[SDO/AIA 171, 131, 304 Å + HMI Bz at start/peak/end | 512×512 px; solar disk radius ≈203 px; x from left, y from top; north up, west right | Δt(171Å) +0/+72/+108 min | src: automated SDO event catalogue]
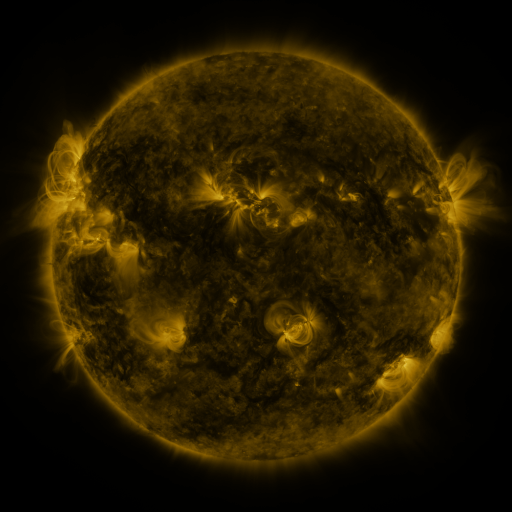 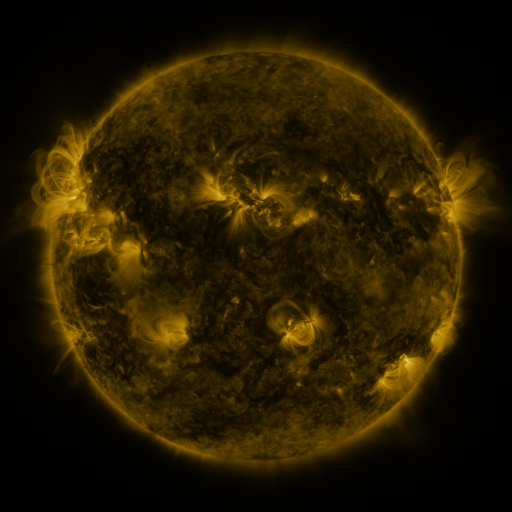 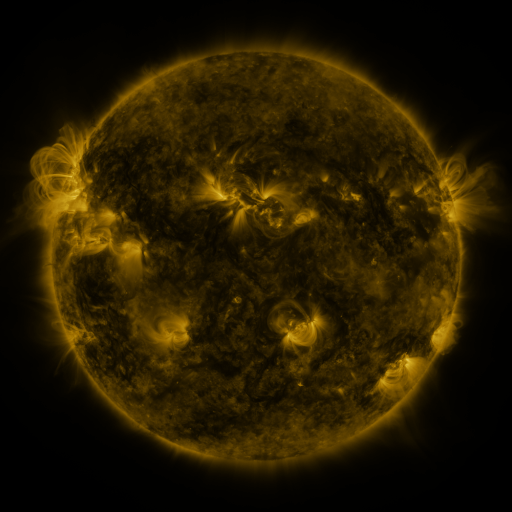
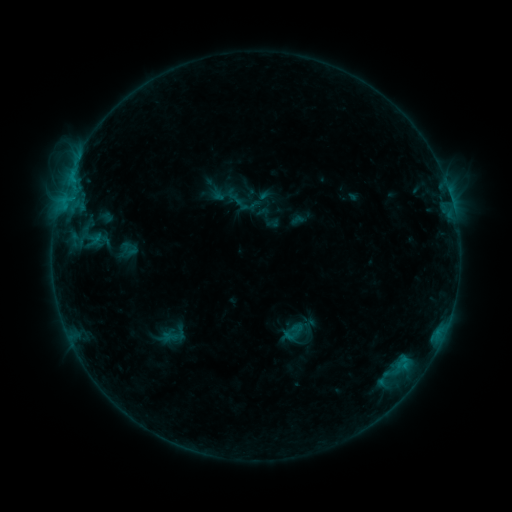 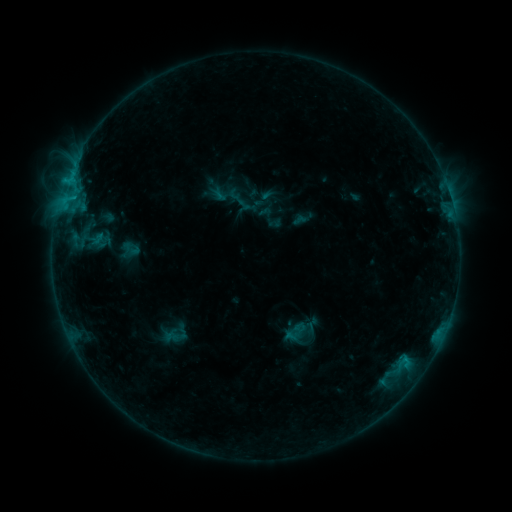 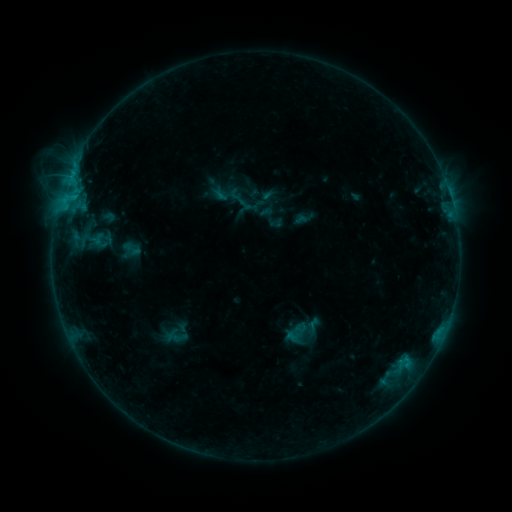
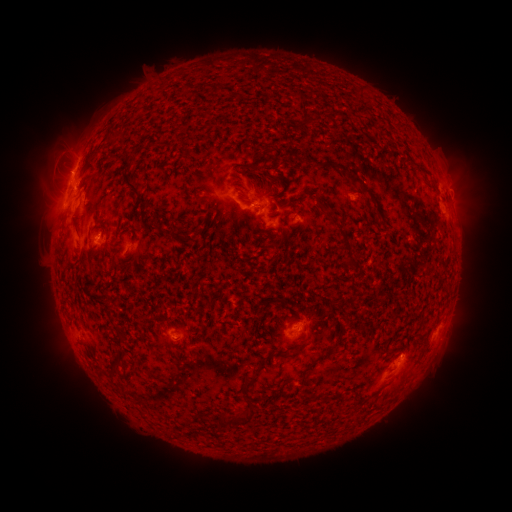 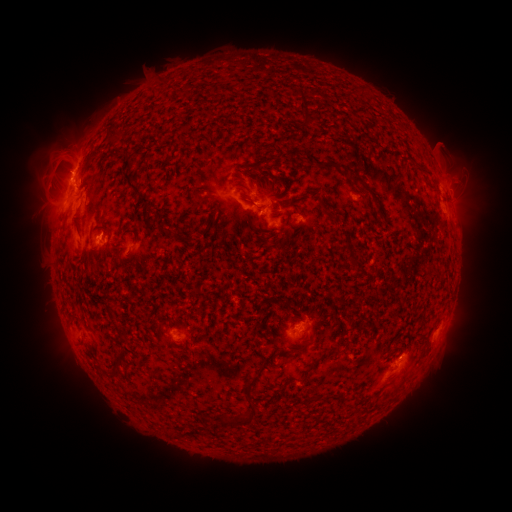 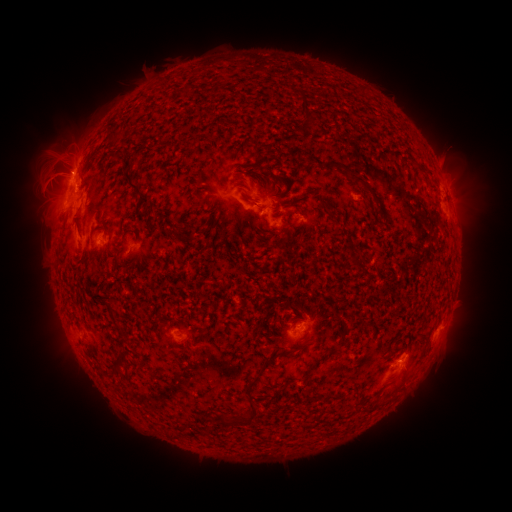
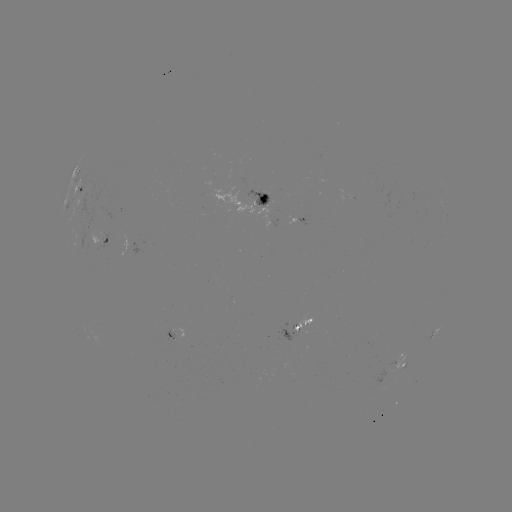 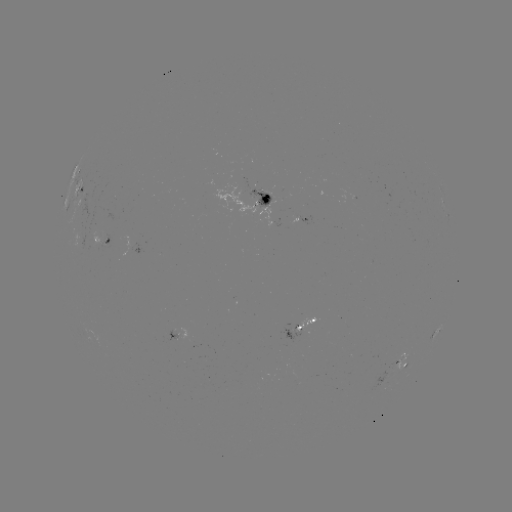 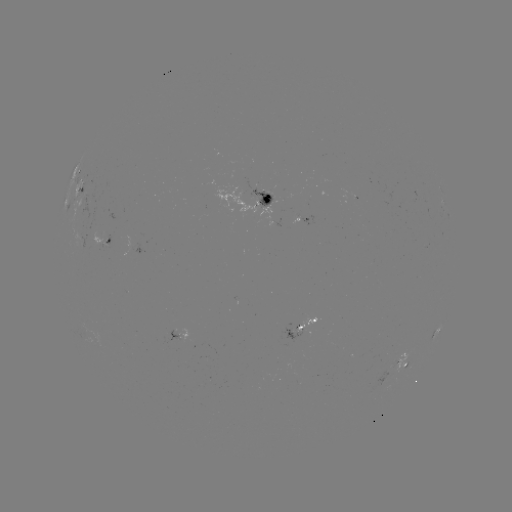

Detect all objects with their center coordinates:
emerging-flux region: (186, 331)
